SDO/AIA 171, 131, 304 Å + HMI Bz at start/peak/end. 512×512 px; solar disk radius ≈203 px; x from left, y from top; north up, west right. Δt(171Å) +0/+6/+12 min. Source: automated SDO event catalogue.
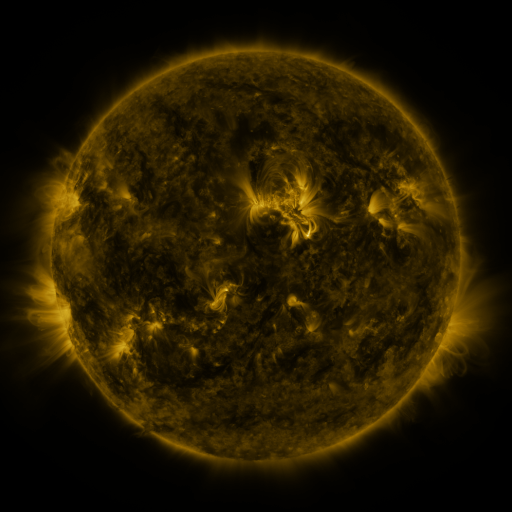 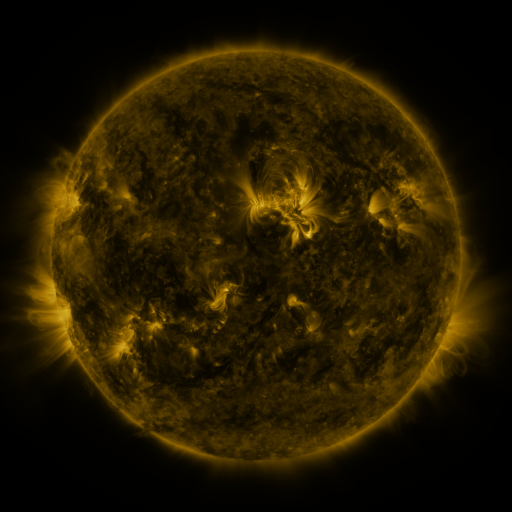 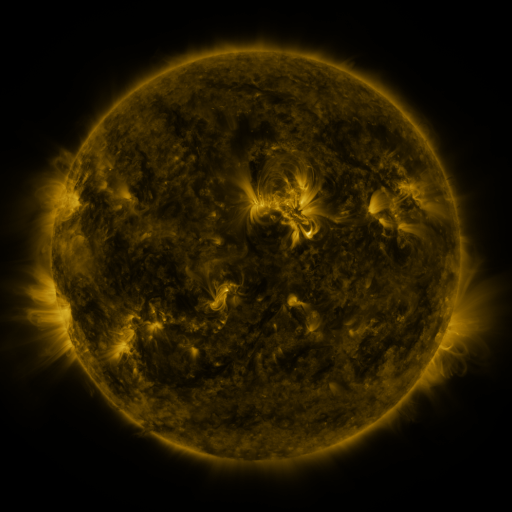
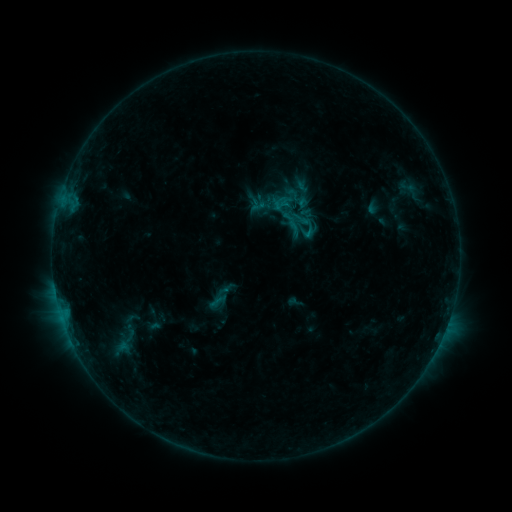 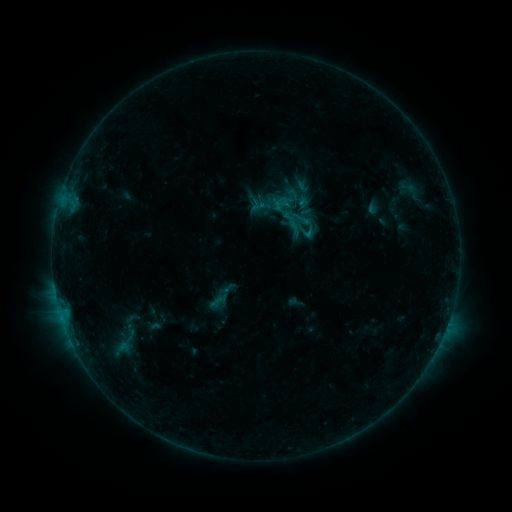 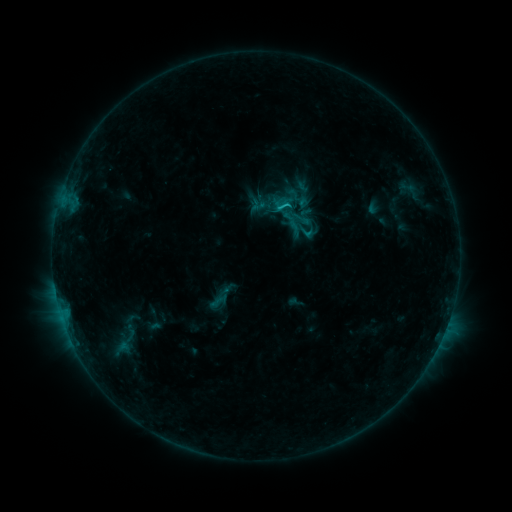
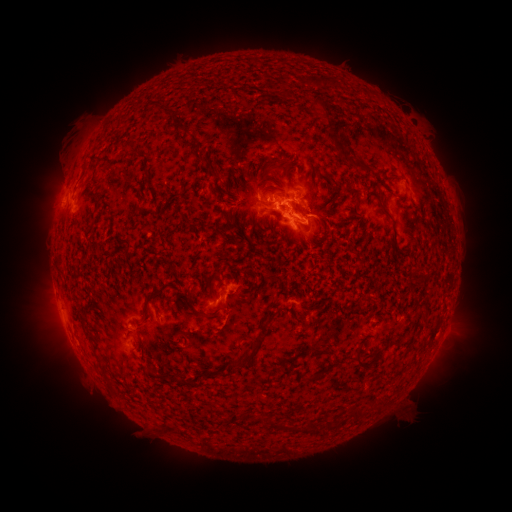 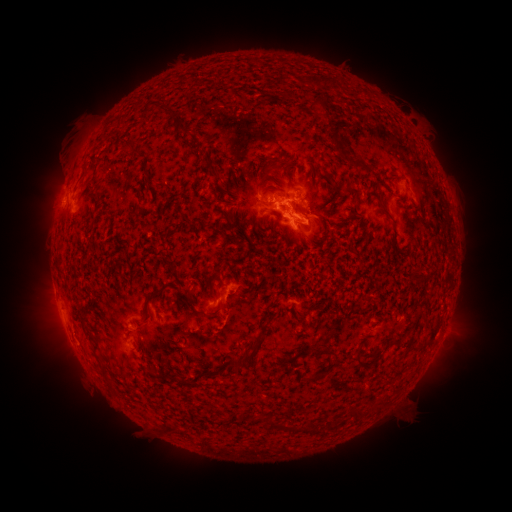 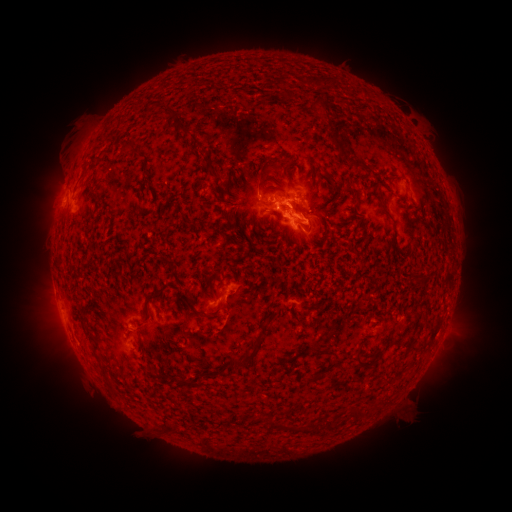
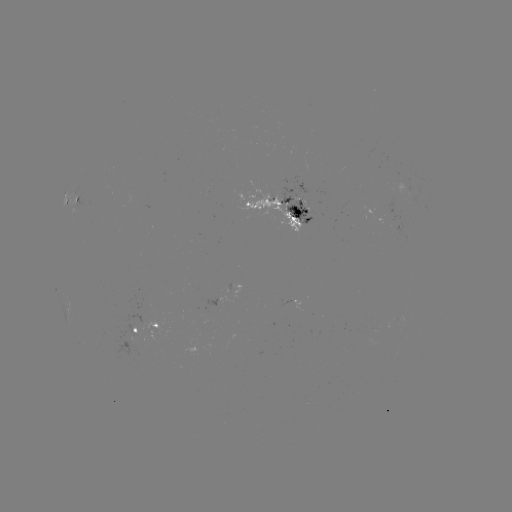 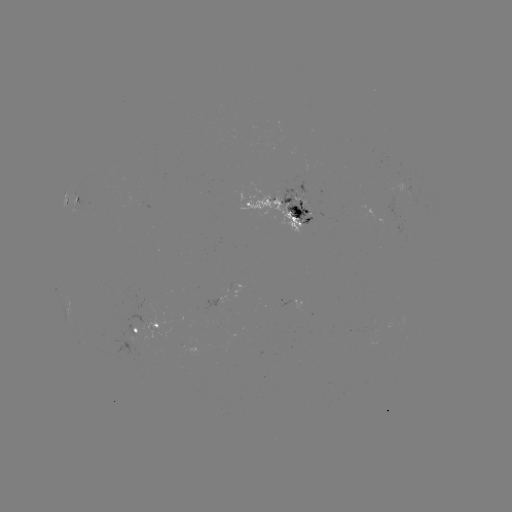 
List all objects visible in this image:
C1.2 flare: (287, 206)
